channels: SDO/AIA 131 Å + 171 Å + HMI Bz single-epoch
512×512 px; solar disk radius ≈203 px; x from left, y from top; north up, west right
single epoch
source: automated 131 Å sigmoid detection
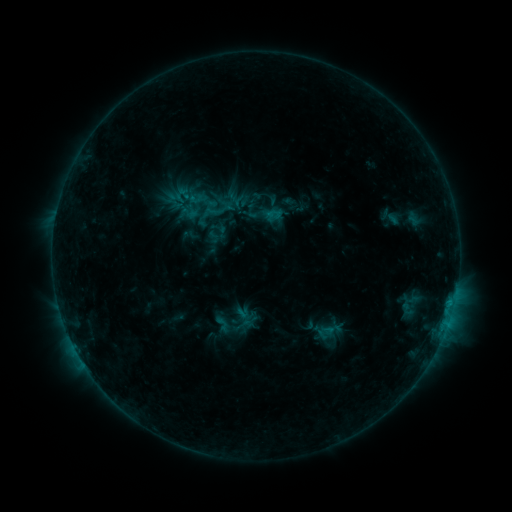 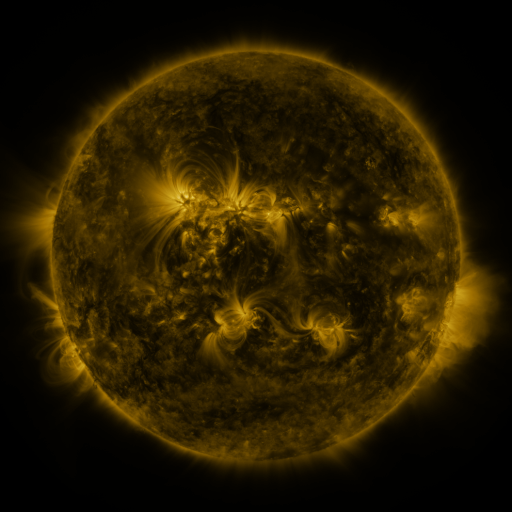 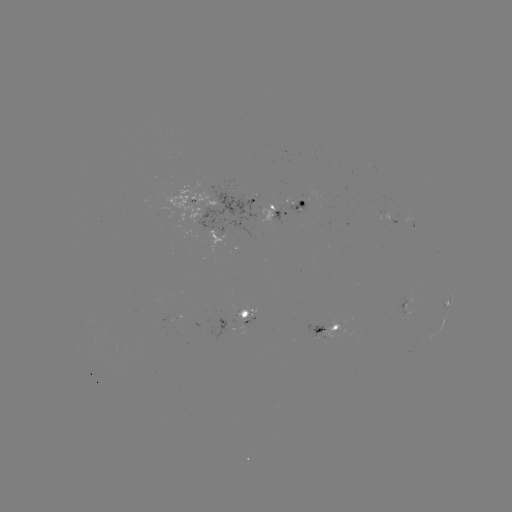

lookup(sigmoid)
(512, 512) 223,323